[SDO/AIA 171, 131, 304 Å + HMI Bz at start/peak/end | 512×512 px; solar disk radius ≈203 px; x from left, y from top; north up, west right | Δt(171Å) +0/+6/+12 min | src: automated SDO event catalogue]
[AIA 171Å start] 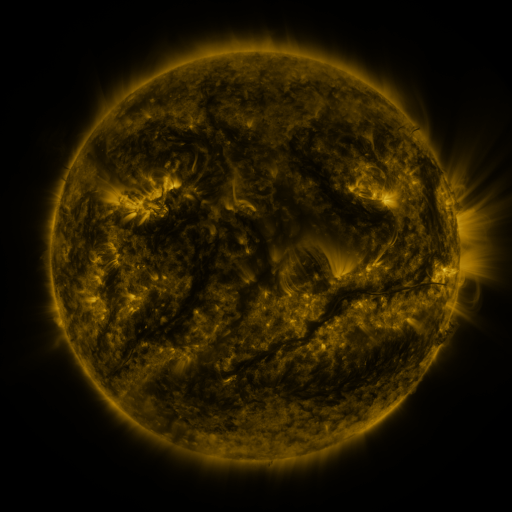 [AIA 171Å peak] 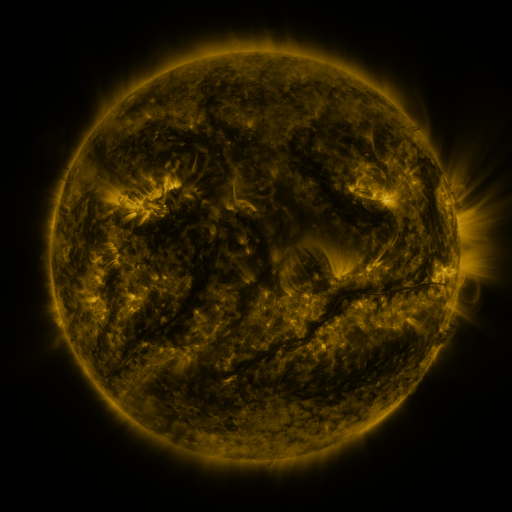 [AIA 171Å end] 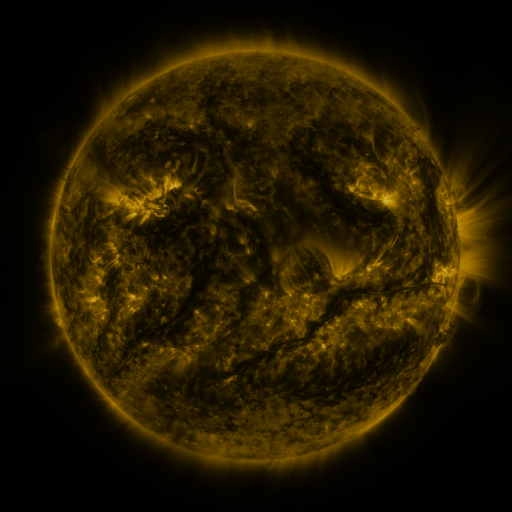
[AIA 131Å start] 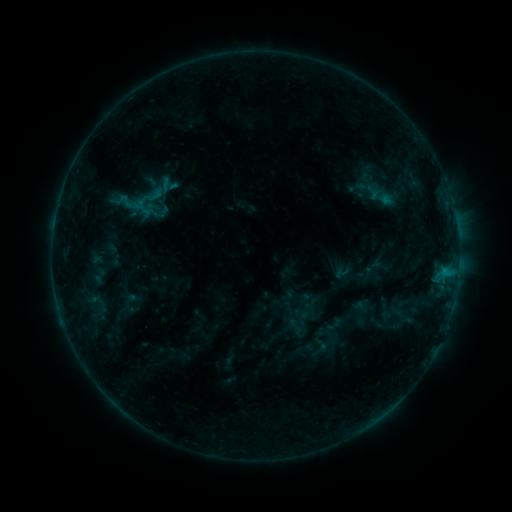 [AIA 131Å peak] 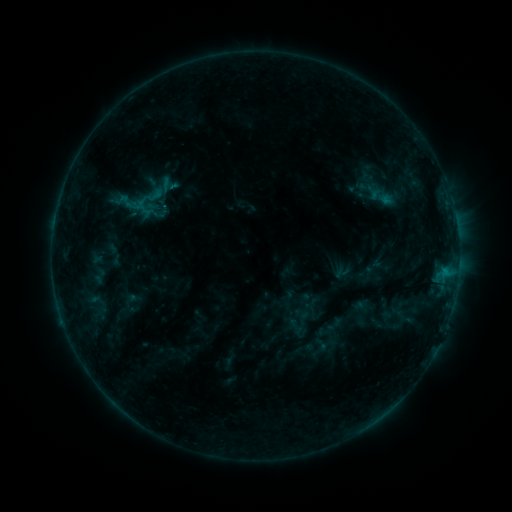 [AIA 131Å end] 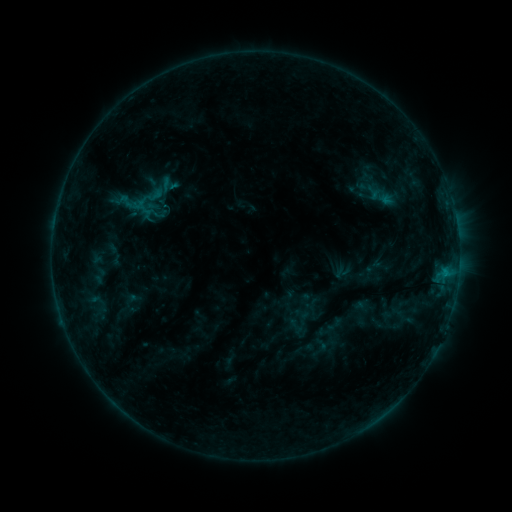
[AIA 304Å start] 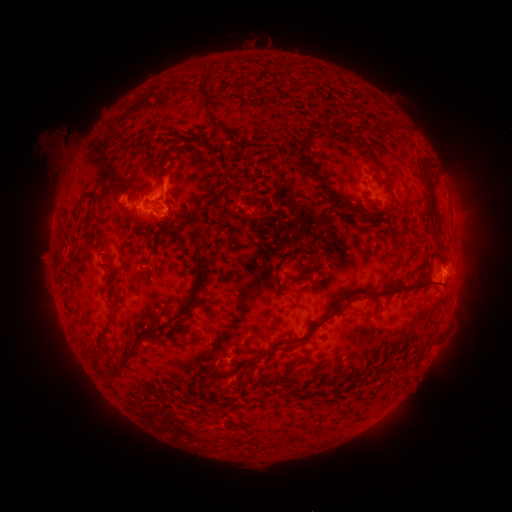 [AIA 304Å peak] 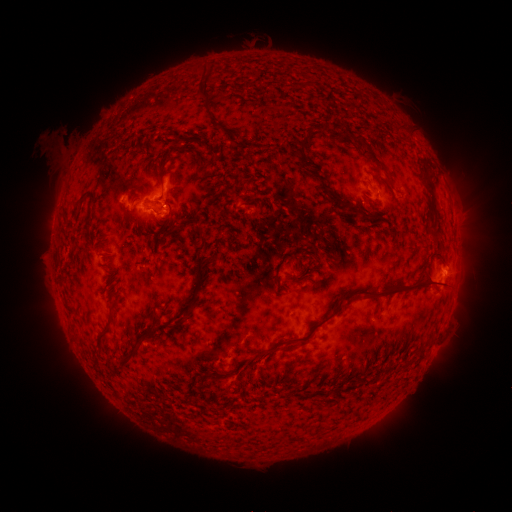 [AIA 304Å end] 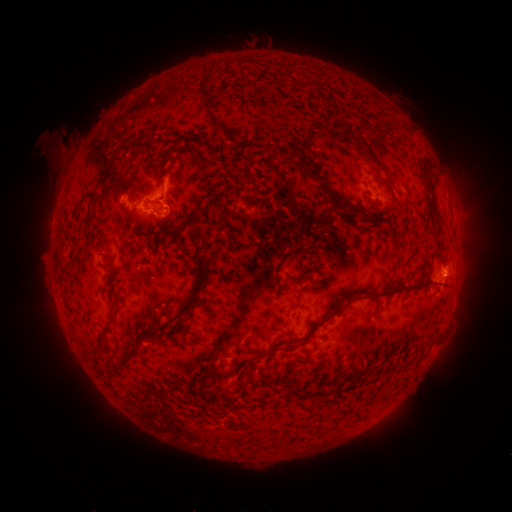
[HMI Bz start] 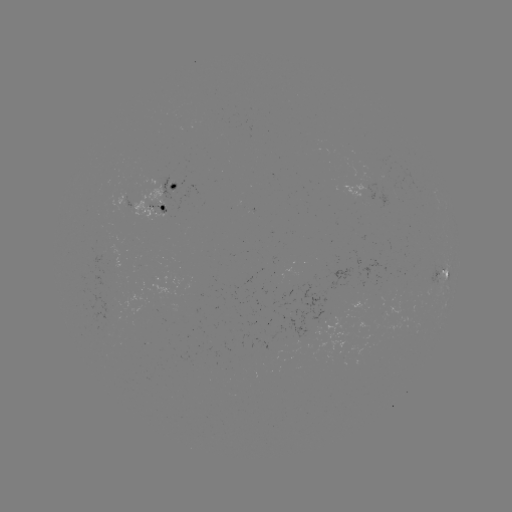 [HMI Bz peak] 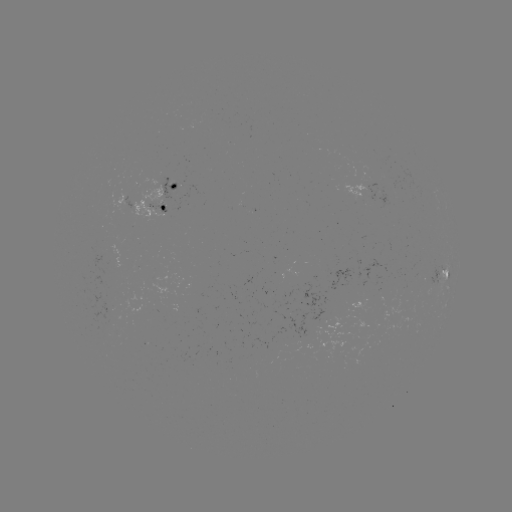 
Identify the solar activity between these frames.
B8.7 flare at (167, 206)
